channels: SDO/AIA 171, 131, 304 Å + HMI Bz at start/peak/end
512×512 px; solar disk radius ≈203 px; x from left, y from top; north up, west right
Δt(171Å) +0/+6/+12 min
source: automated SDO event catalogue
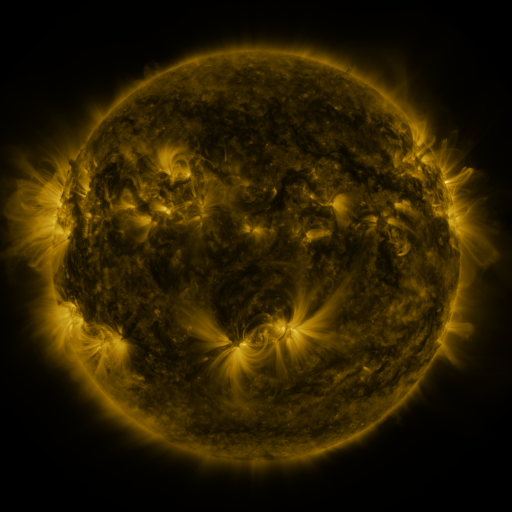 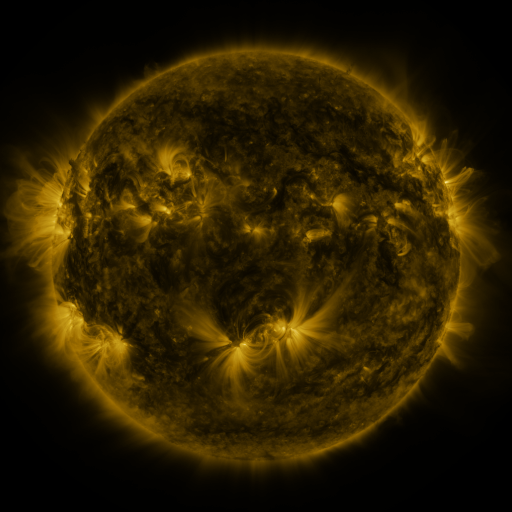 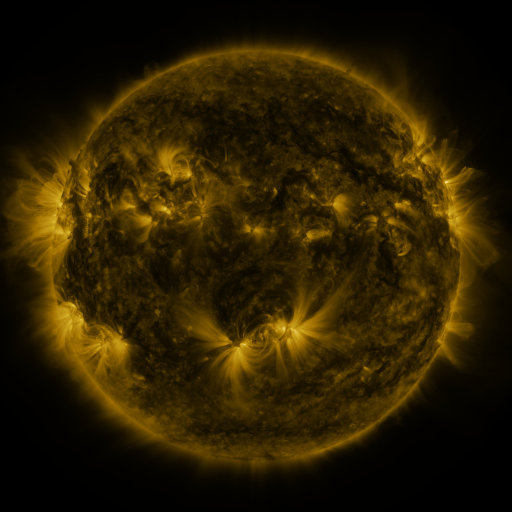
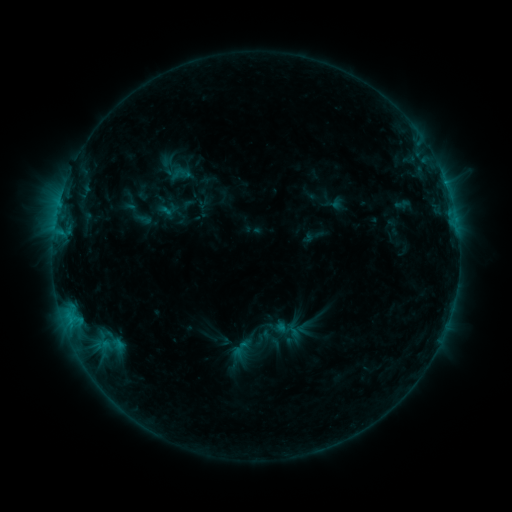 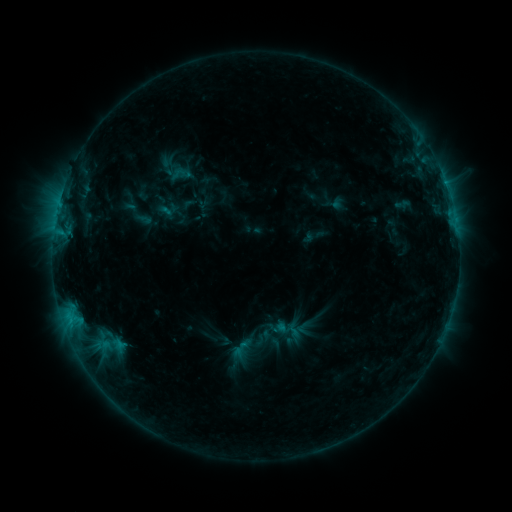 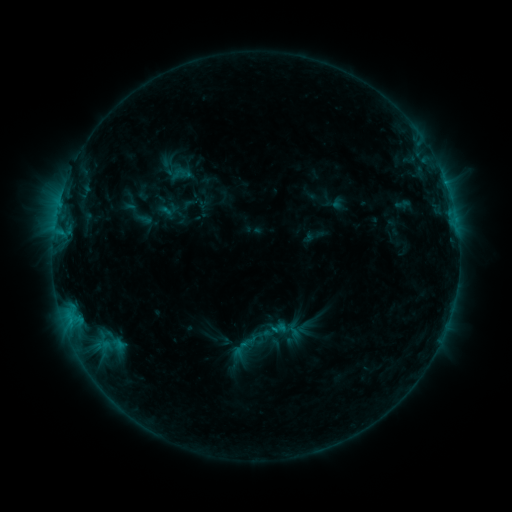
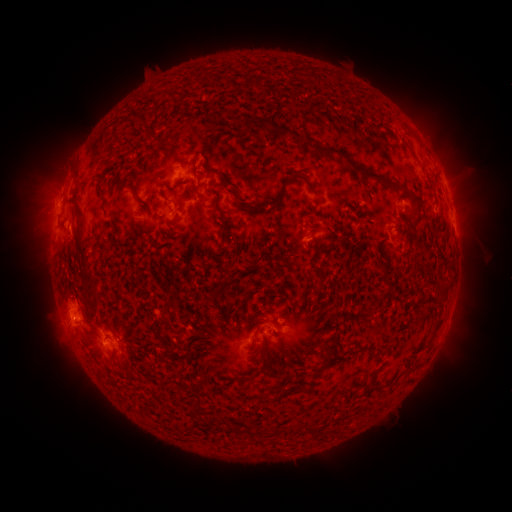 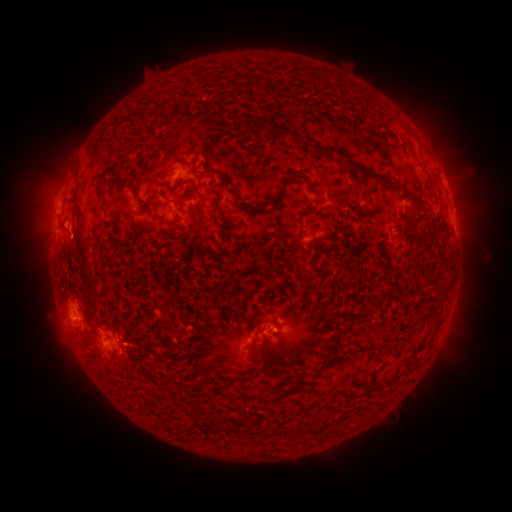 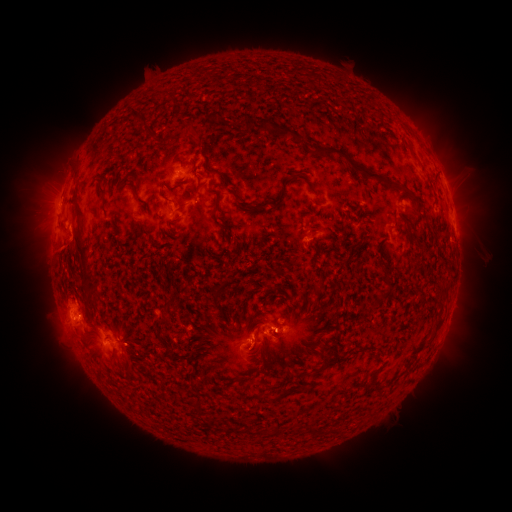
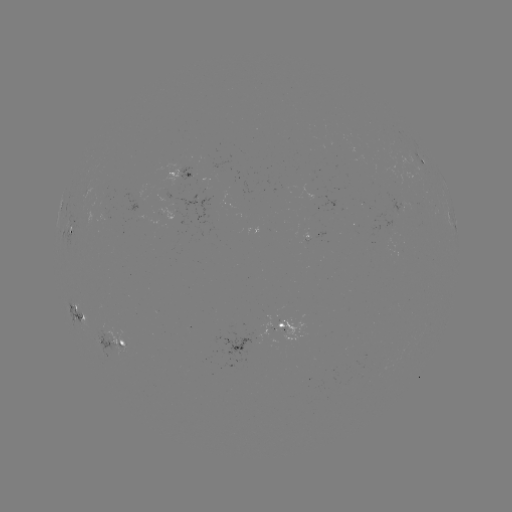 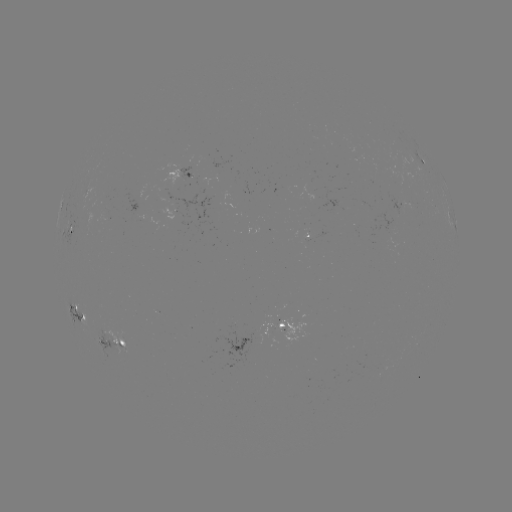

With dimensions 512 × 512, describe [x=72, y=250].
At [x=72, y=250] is eruption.